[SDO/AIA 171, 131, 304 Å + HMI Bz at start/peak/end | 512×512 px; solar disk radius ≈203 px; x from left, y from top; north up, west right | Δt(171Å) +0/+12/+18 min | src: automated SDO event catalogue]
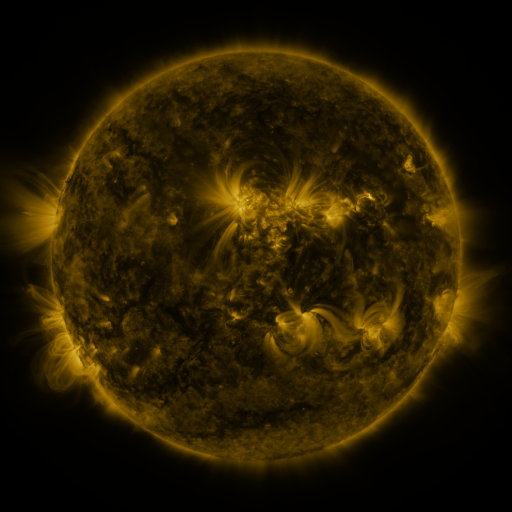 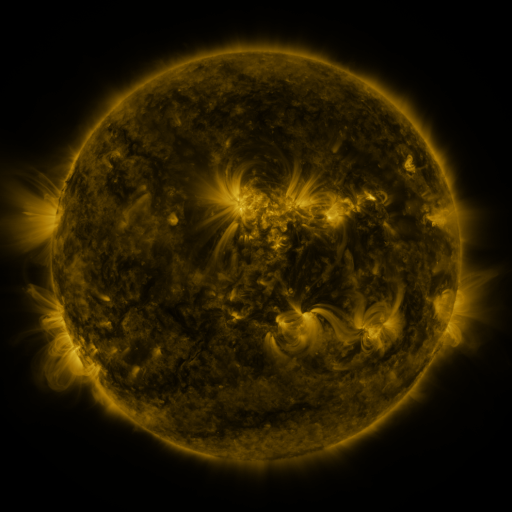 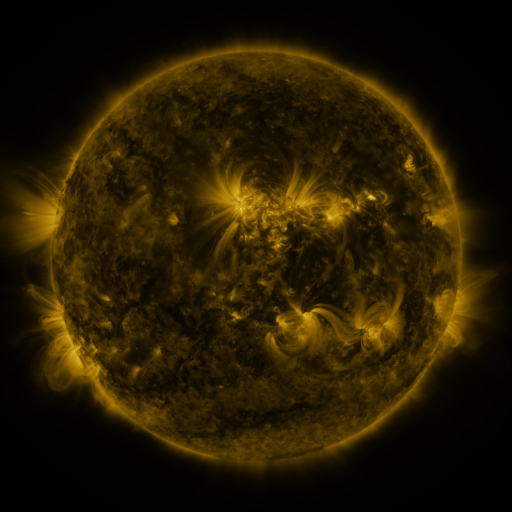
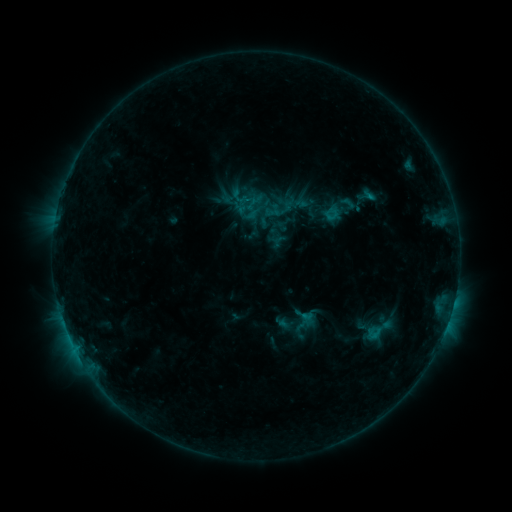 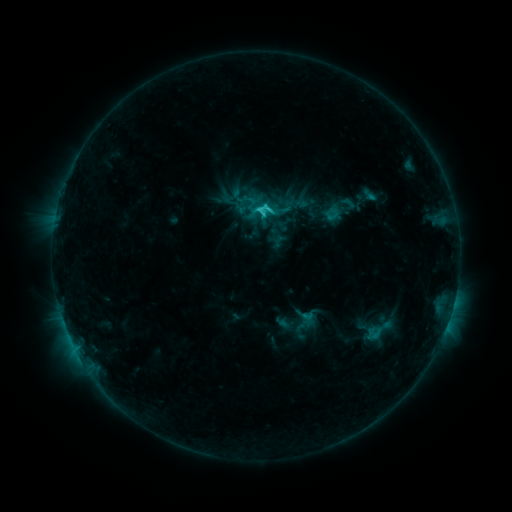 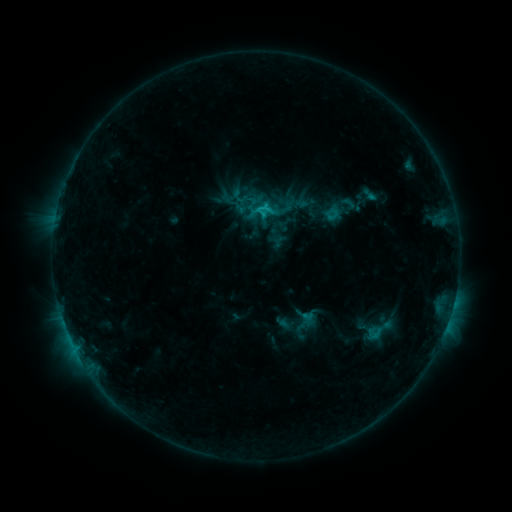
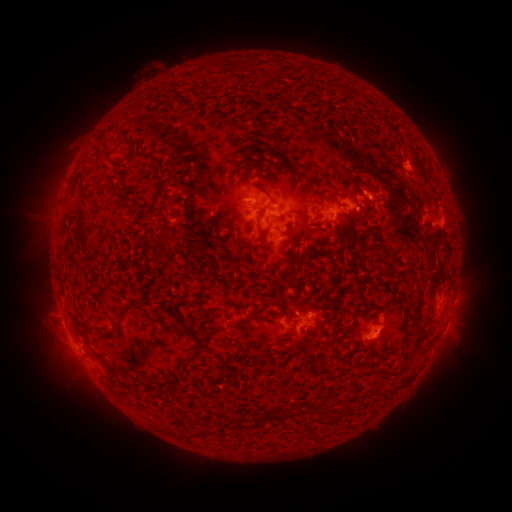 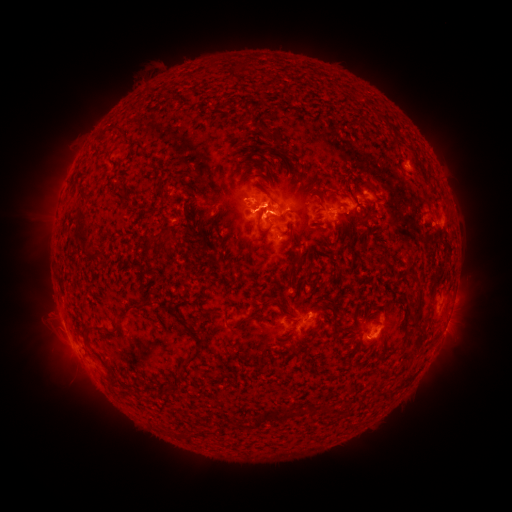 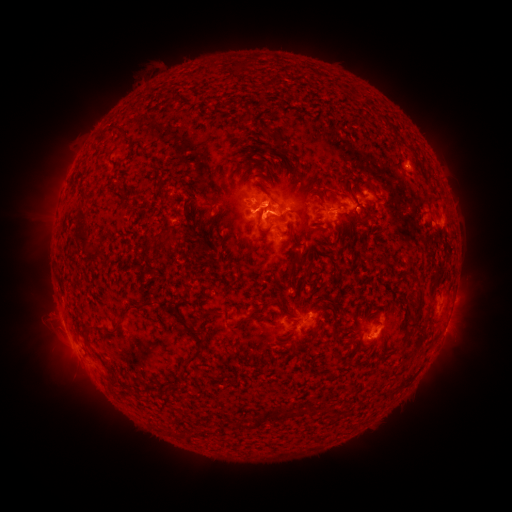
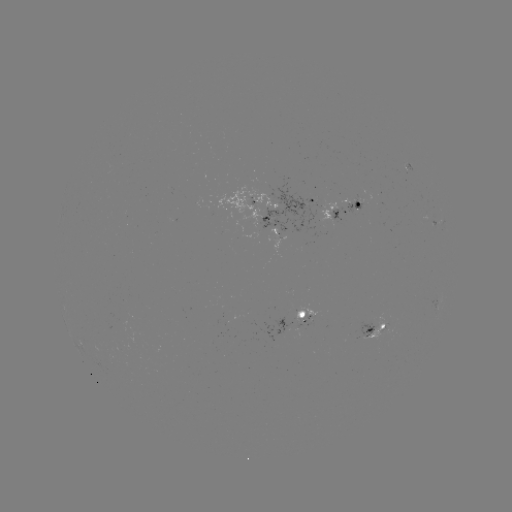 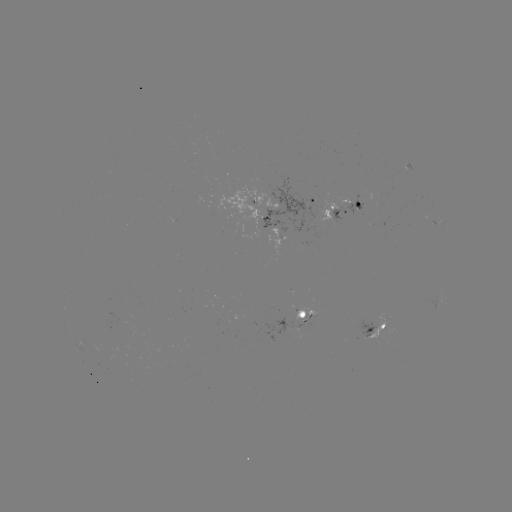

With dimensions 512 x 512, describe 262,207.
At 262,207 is C2.7 flare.